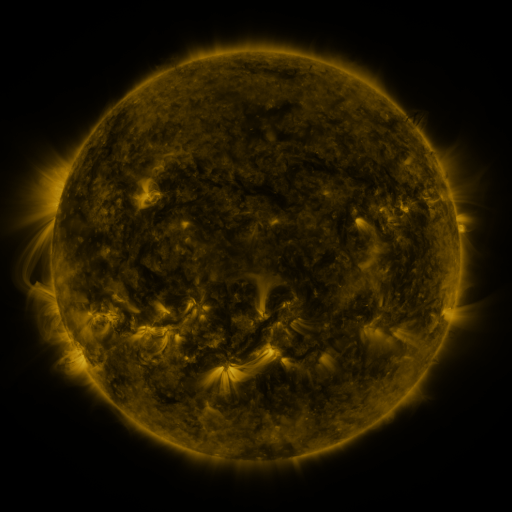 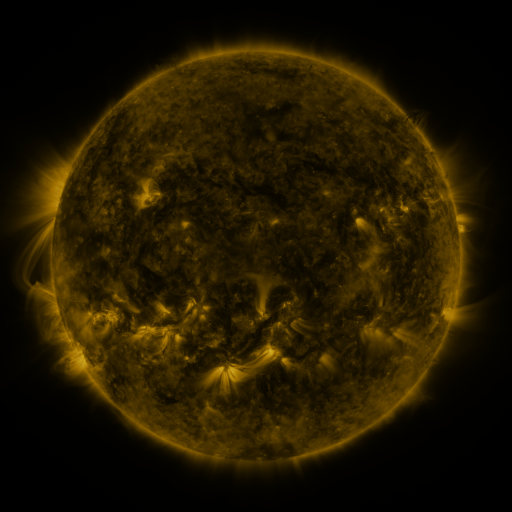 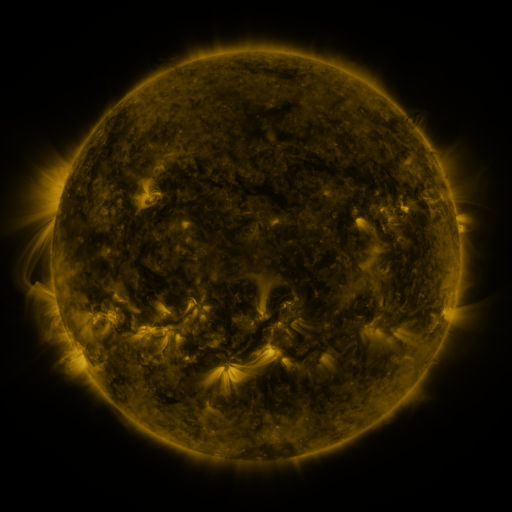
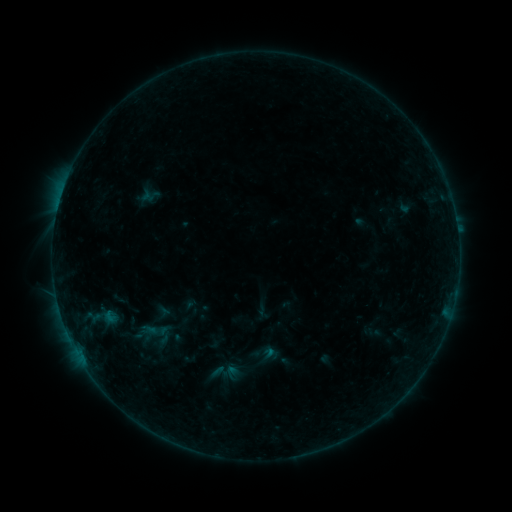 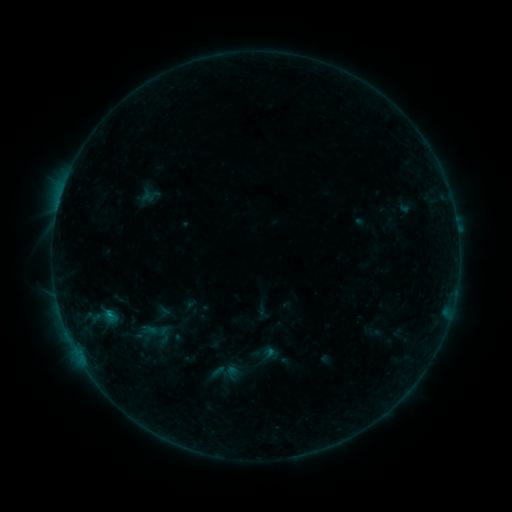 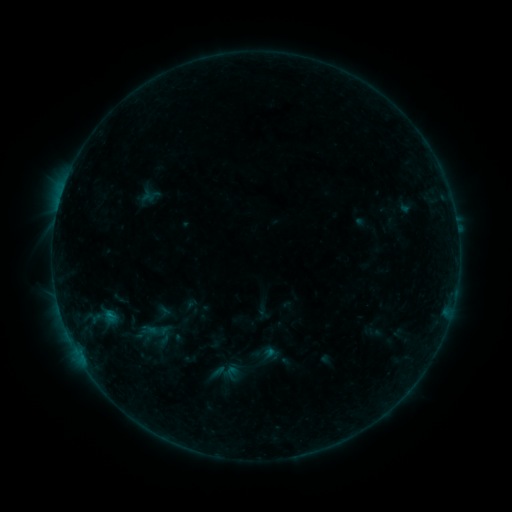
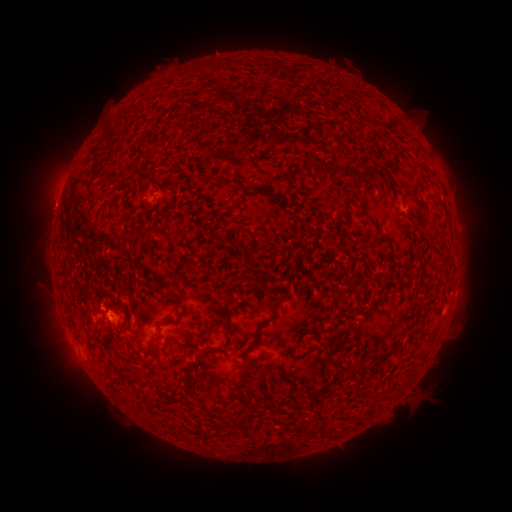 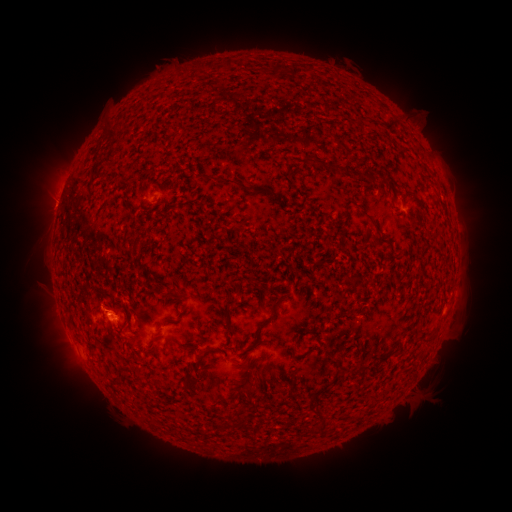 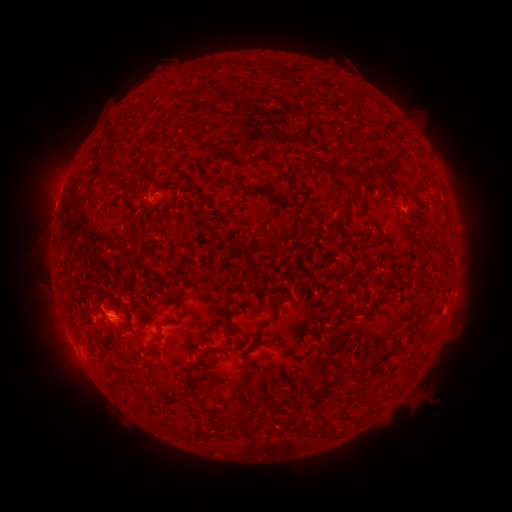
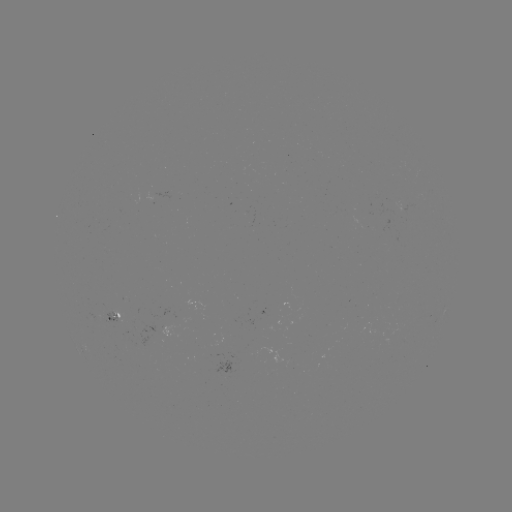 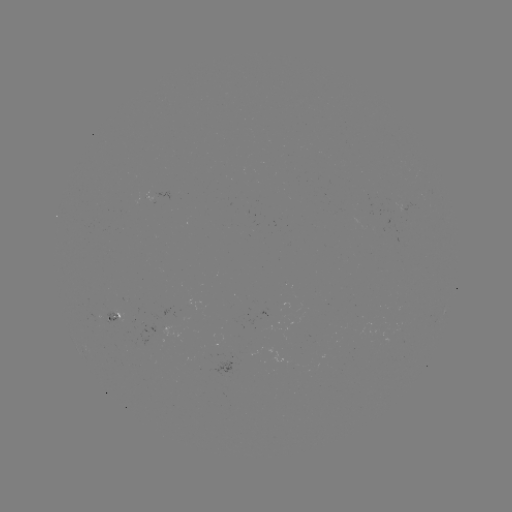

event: flare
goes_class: B3.2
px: (109, 313)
